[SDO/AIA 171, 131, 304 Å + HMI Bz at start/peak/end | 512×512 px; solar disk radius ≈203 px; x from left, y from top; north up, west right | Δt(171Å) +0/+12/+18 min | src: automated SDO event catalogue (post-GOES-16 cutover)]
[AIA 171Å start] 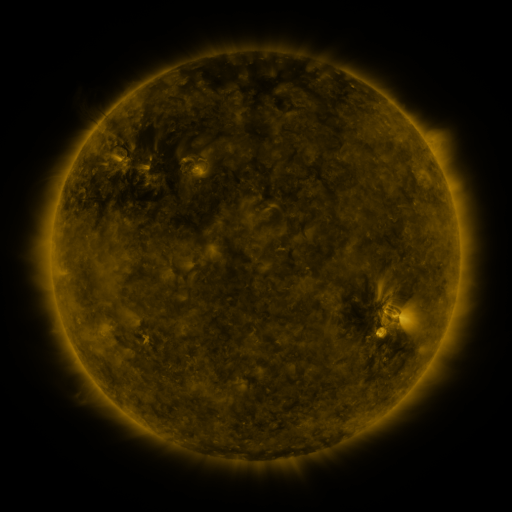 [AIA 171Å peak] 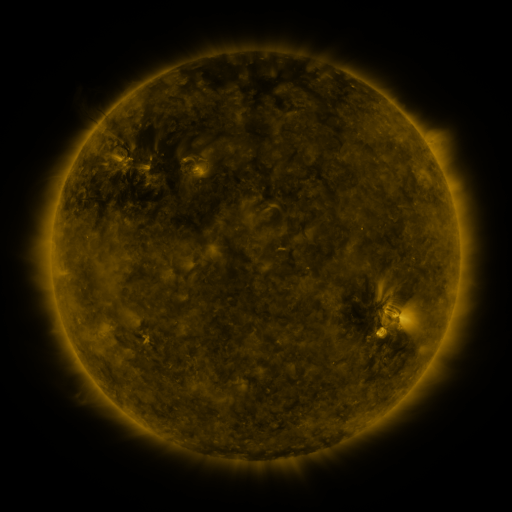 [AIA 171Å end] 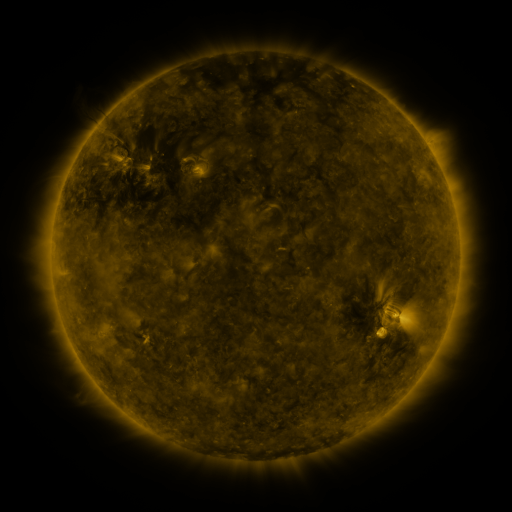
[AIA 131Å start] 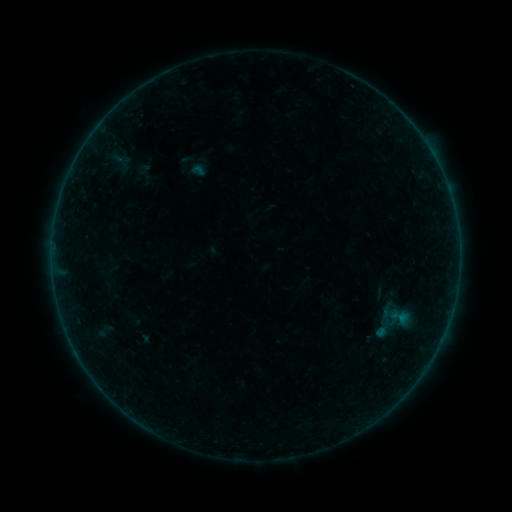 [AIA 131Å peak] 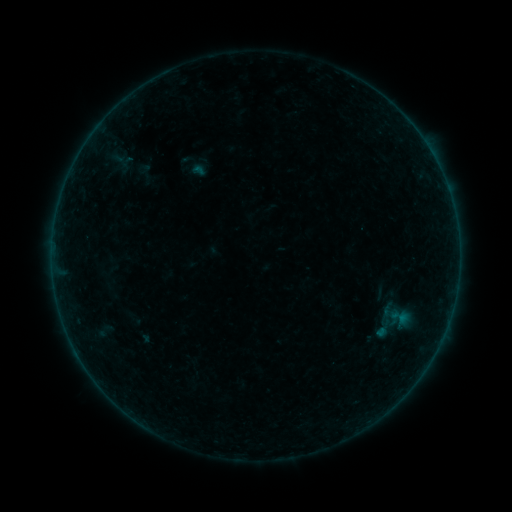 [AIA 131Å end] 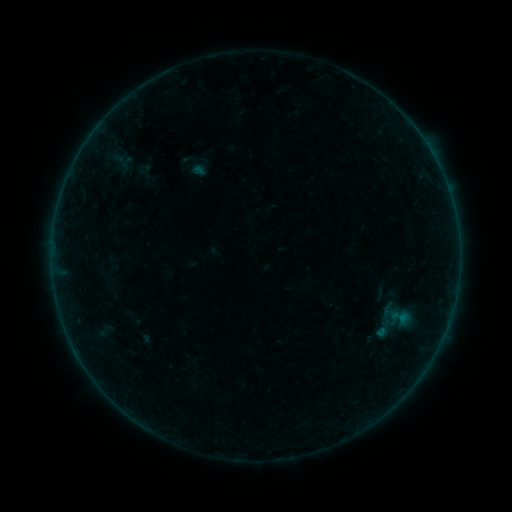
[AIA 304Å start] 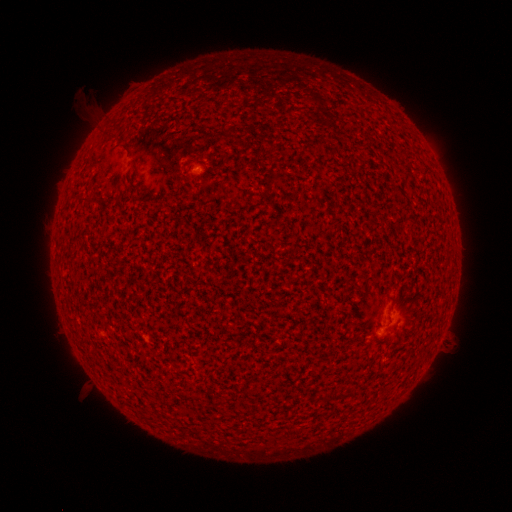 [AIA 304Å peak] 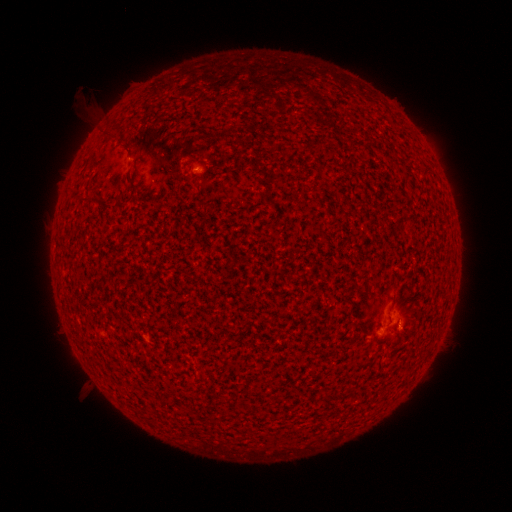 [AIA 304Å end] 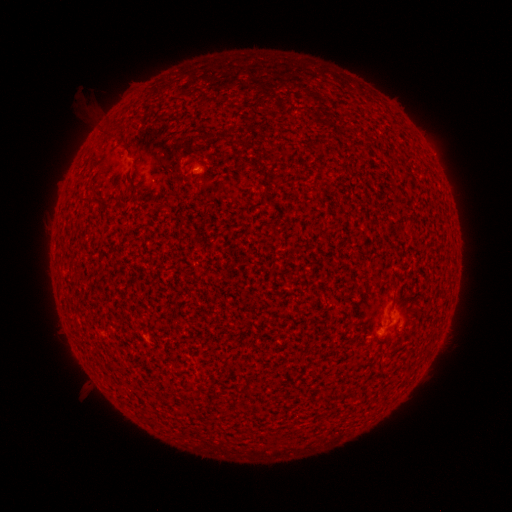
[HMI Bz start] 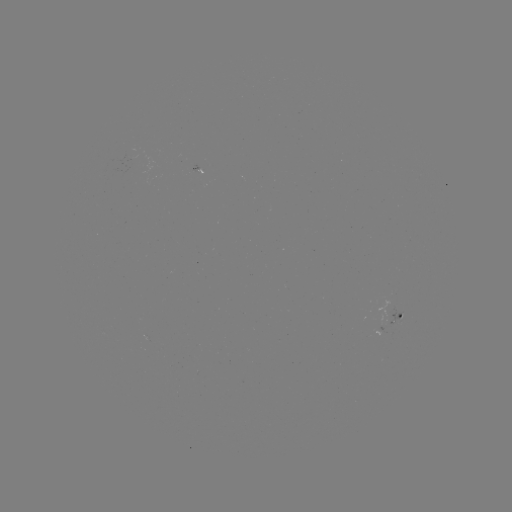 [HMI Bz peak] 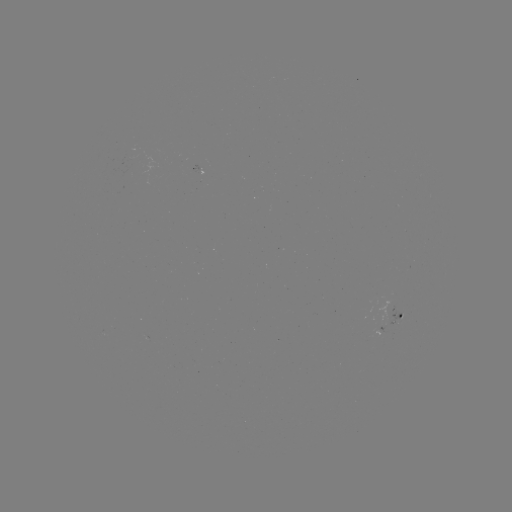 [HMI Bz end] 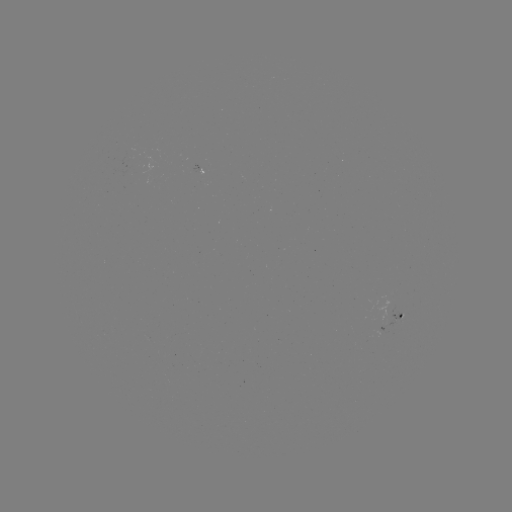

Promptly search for A3.0 flare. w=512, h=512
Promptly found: (399, 323).